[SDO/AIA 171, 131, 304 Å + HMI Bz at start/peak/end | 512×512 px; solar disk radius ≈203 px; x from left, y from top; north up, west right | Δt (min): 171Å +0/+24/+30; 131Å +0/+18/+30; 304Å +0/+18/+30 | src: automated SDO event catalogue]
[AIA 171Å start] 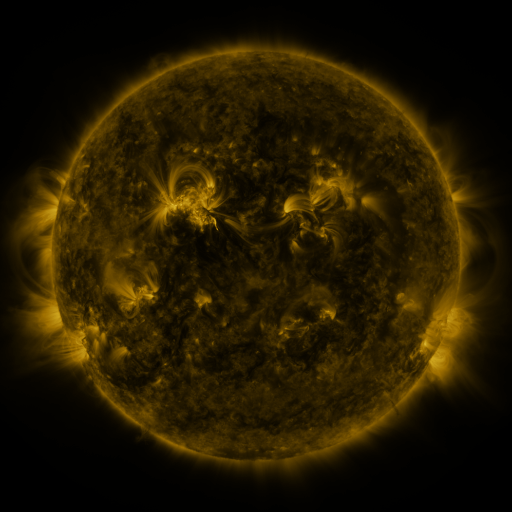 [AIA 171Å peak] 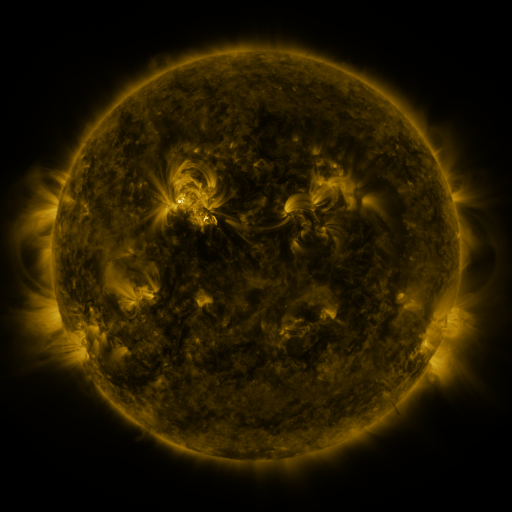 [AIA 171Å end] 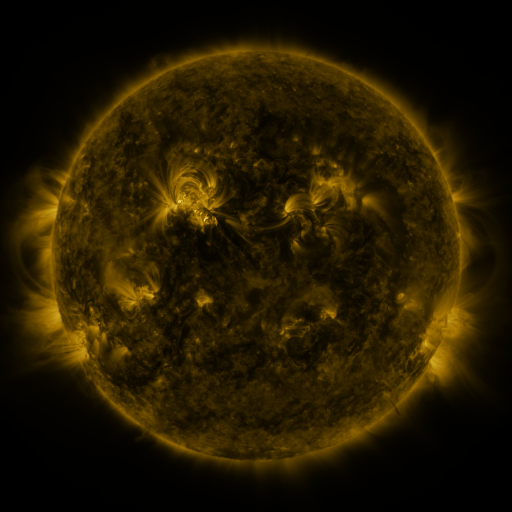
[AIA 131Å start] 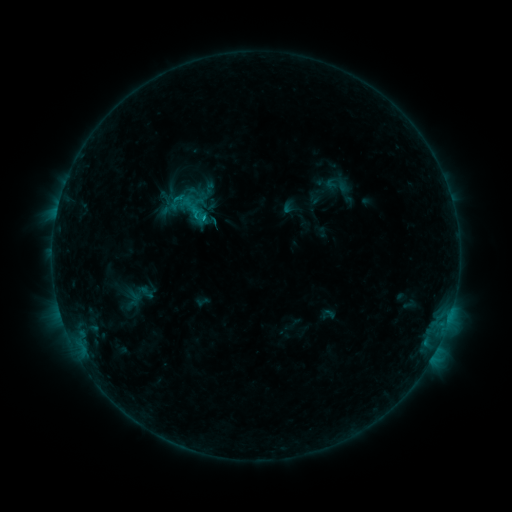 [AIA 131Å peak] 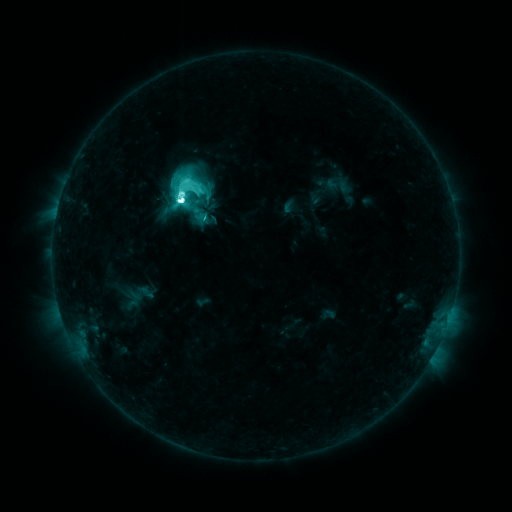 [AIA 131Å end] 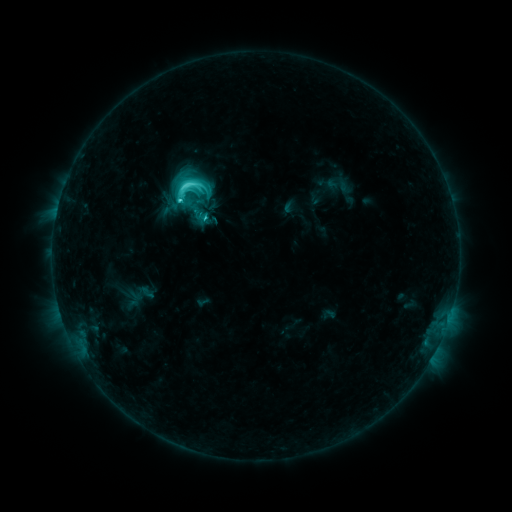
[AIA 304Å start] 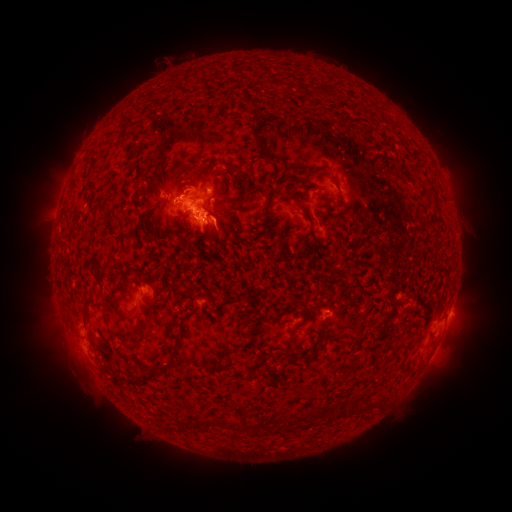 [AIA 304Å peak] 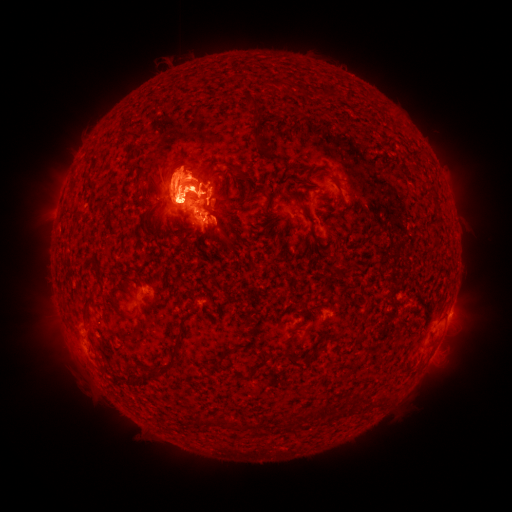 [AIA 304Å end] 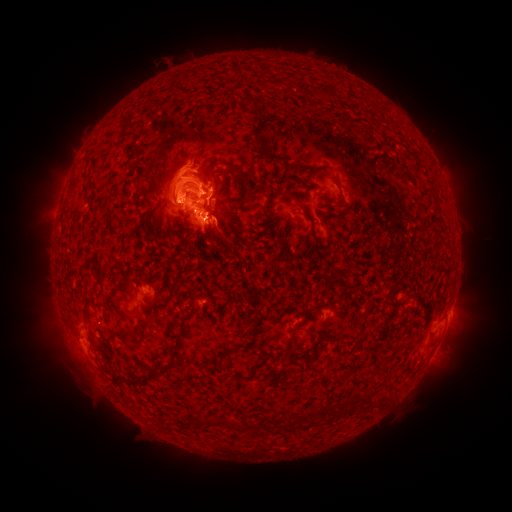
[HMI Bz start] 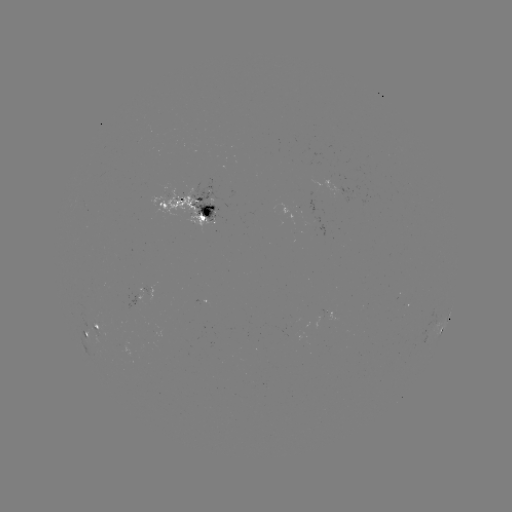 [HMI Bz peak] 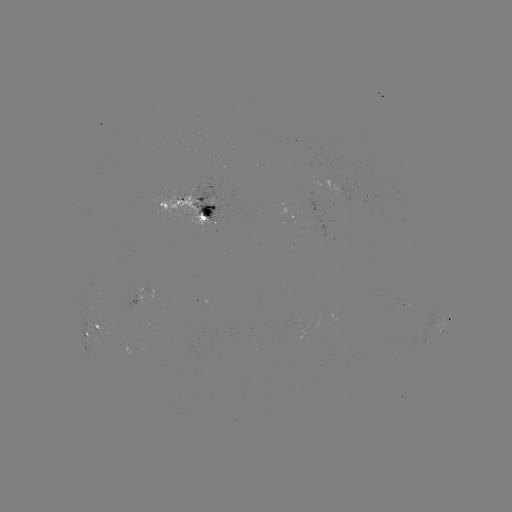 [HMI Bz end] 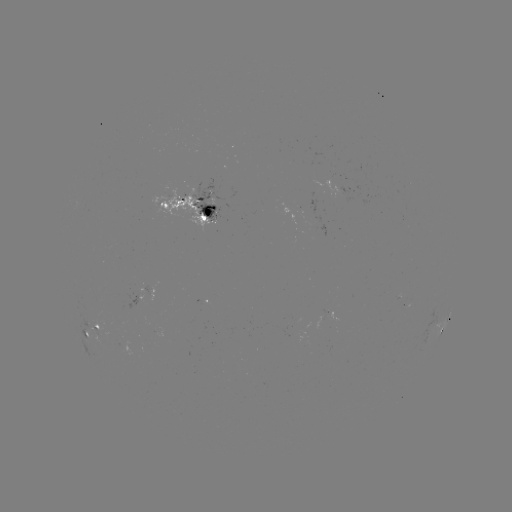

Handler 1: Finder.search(eruption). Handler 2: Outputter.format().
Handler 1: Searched eruption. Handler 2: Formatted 183,178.